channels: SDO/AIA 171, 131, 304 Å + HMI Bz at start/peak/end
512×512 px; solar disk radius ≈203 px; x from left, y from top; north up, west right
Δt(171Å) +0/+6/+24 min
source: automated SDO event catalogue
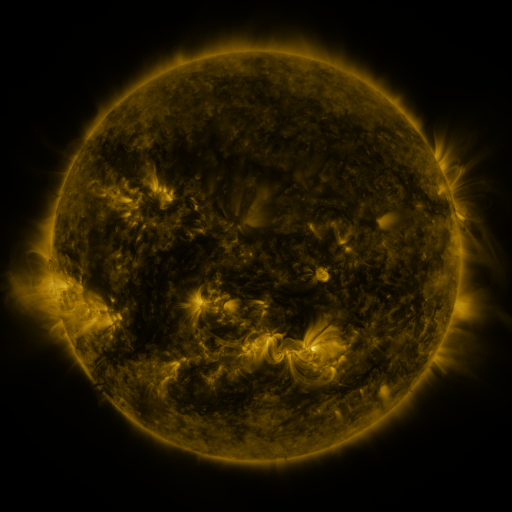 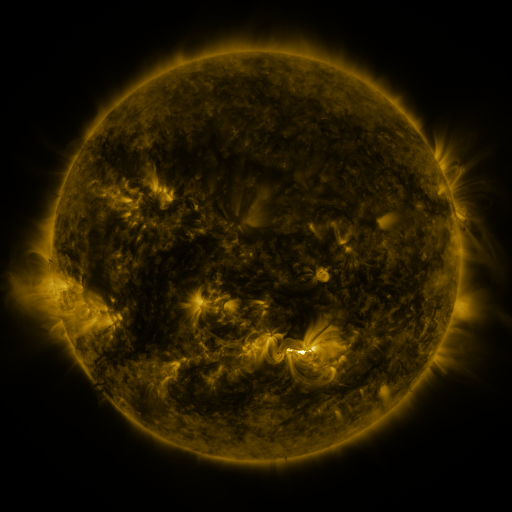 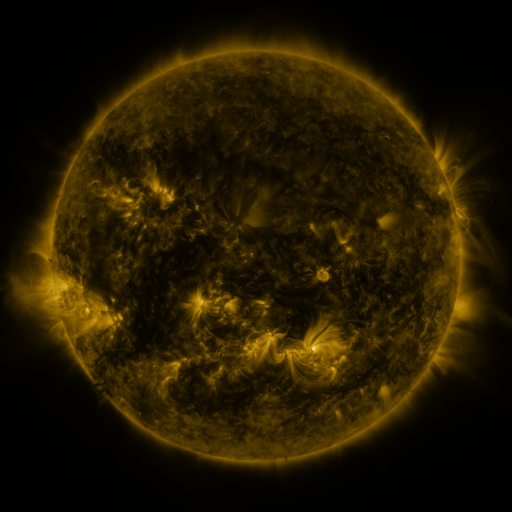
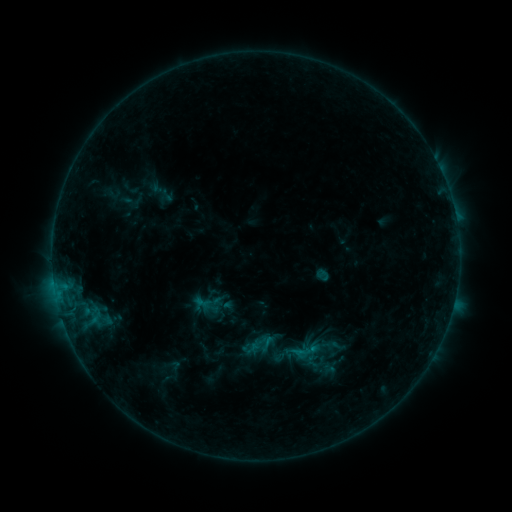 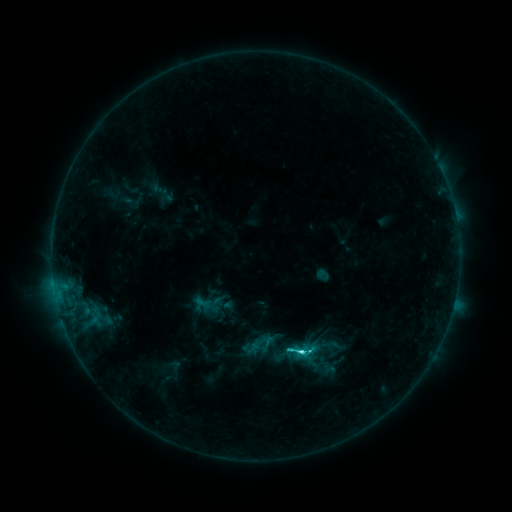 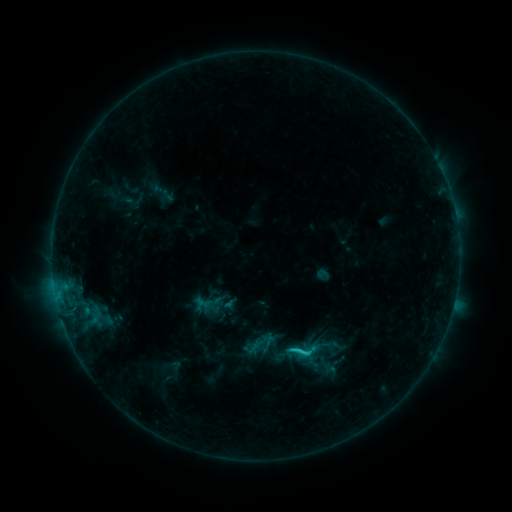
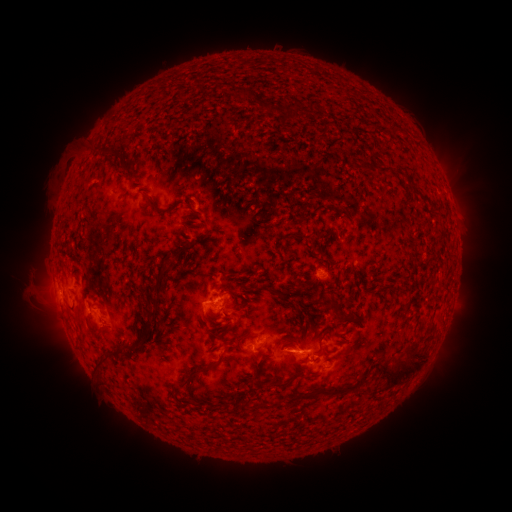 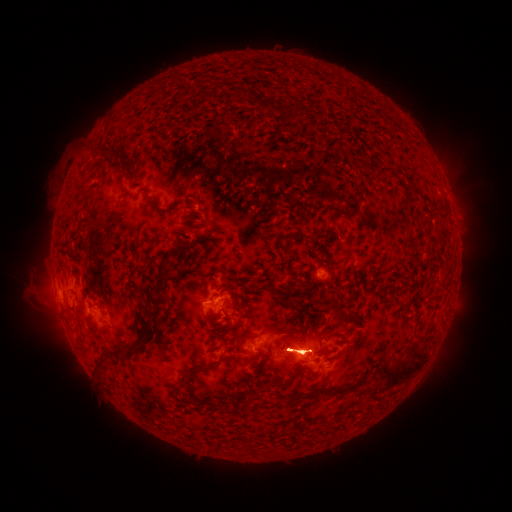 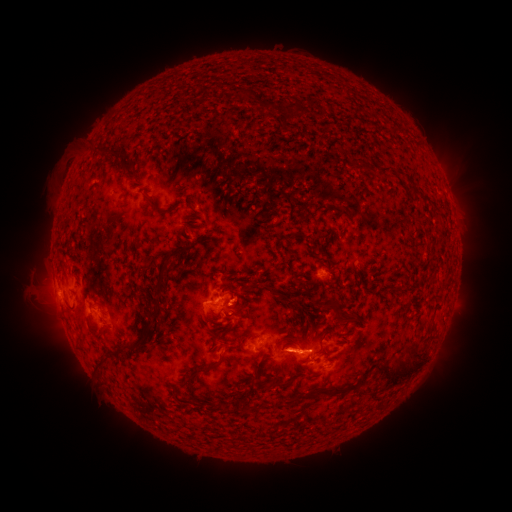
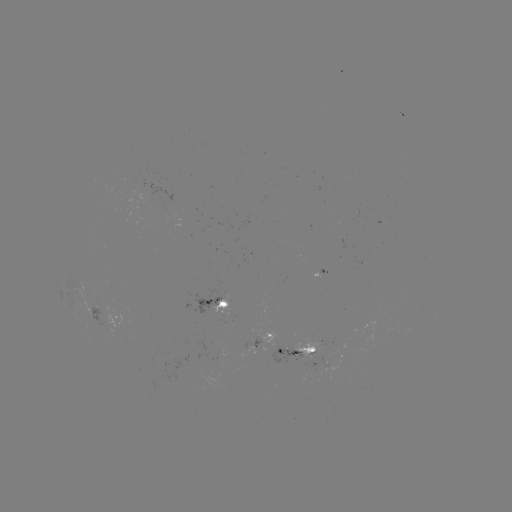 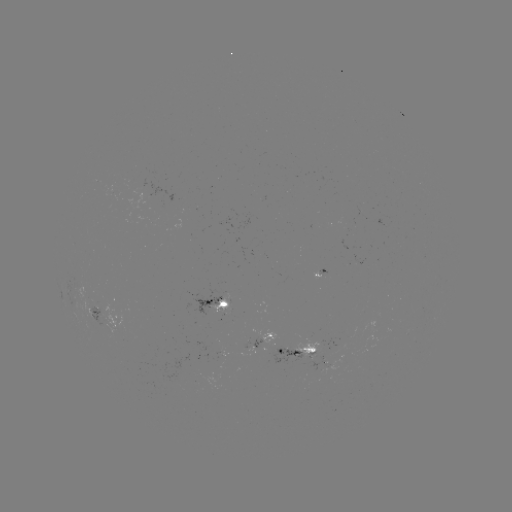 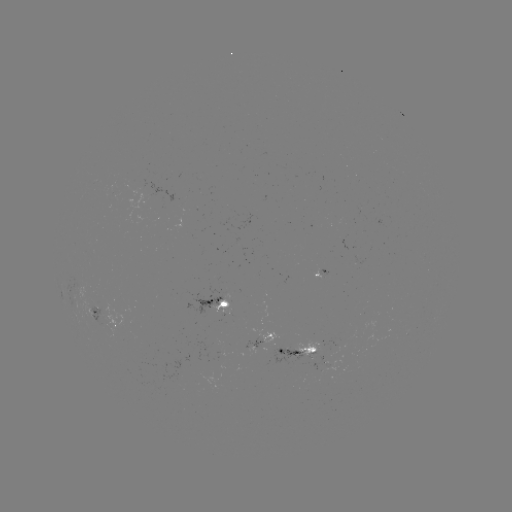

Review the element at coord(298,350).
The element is C3.6 flare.